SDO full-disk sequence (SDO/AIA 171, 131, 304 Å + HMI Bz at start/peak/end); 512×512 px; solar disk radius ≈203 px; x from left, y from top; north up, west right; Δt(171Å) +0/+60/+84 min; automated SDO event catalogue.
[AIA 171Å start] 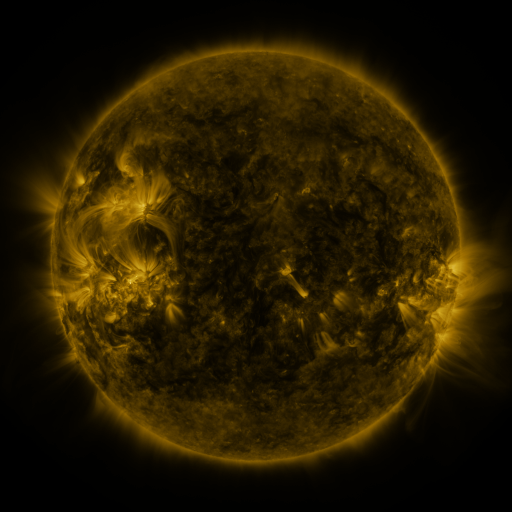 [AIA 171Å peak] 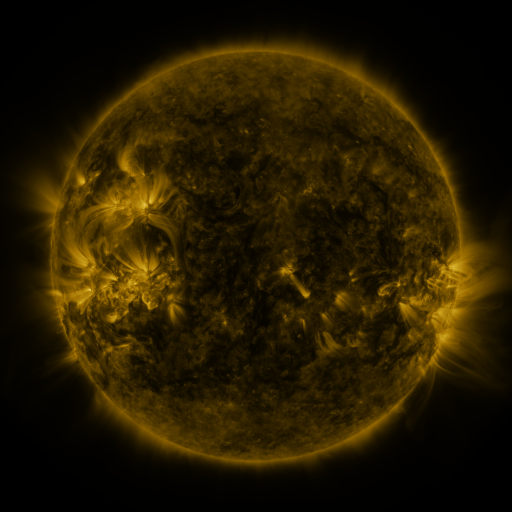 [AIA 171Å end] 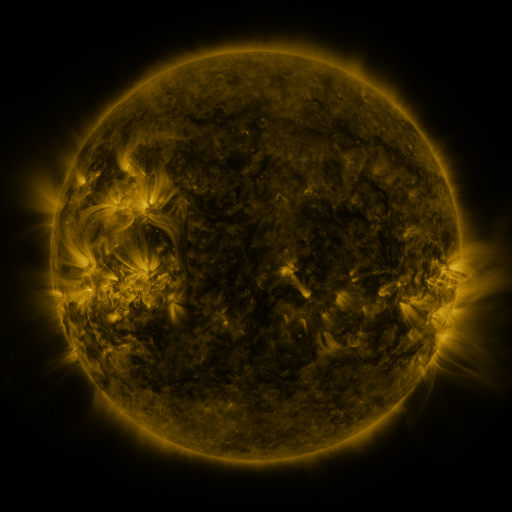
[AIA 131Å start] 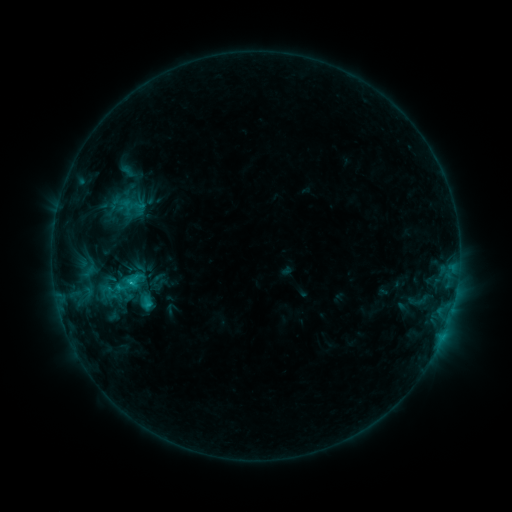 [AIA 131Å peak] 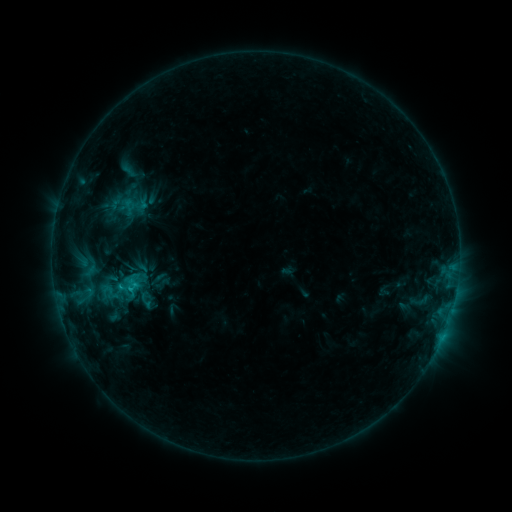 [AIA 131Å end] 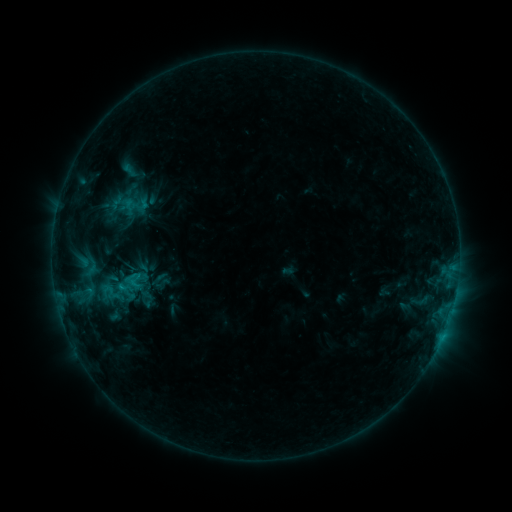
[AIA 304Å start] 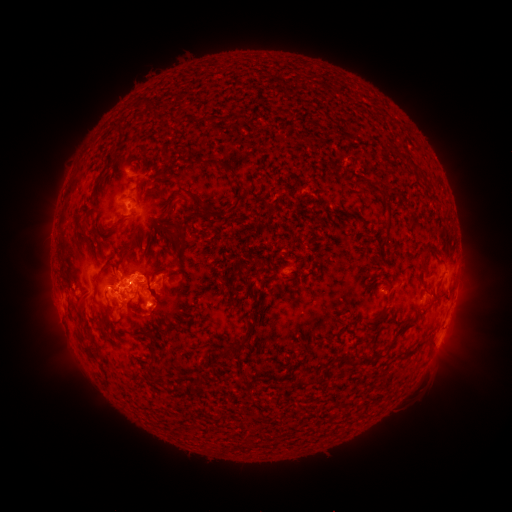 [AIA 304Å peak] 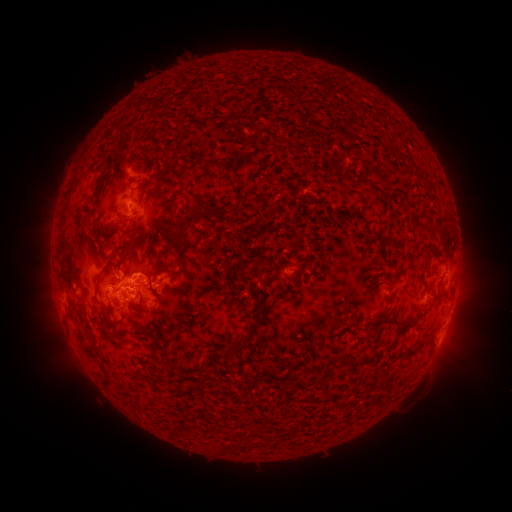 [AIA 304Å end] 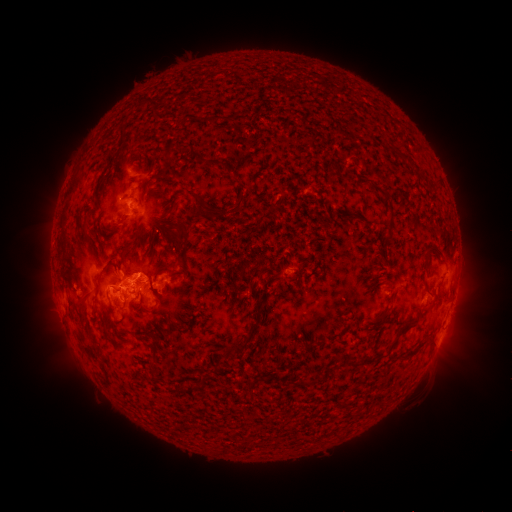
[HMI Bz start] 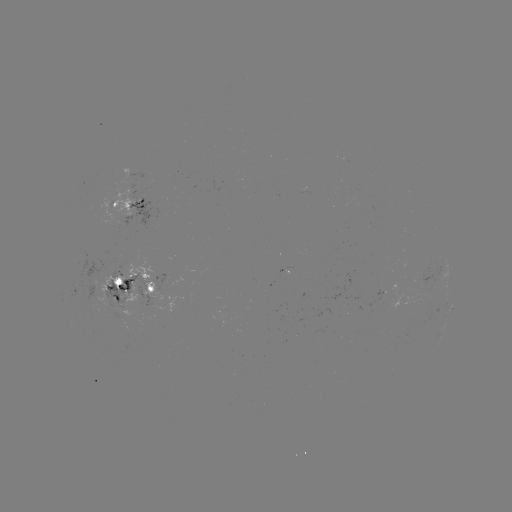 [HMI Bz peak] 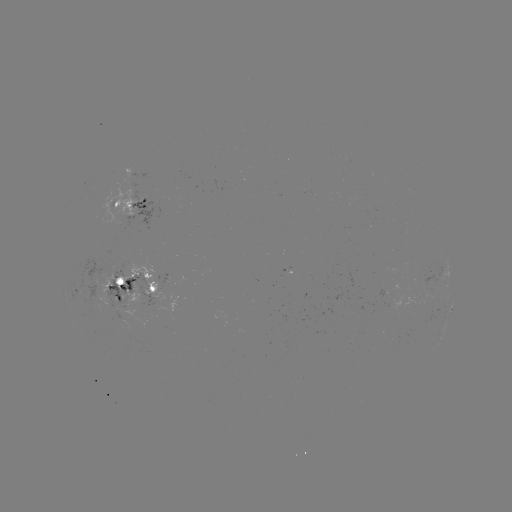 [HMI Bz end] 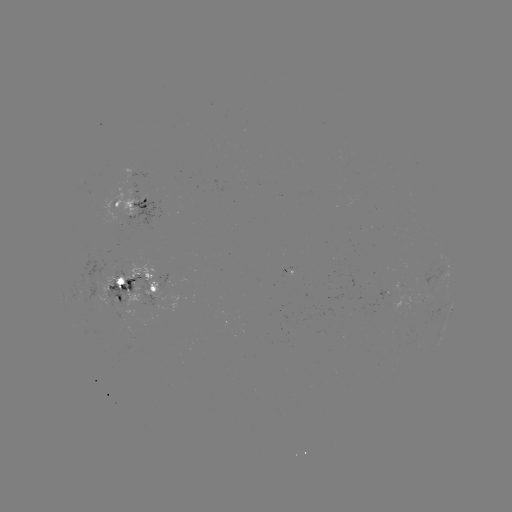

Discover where emerging-flux region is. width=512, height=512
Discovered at (96, 291).